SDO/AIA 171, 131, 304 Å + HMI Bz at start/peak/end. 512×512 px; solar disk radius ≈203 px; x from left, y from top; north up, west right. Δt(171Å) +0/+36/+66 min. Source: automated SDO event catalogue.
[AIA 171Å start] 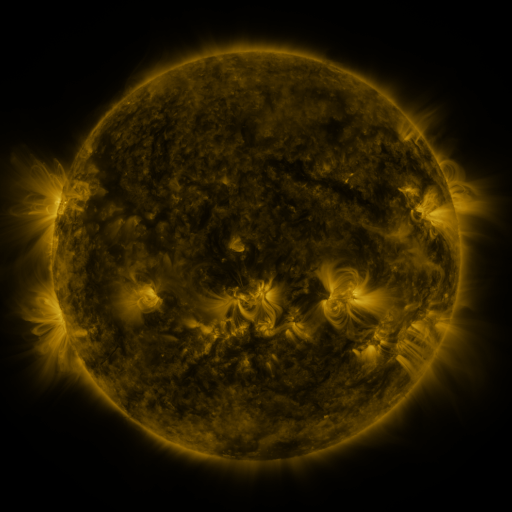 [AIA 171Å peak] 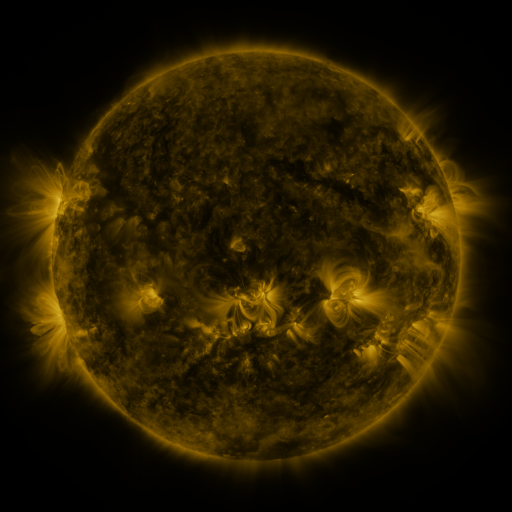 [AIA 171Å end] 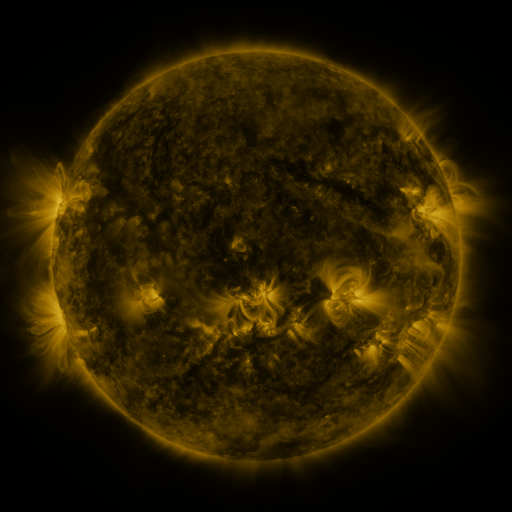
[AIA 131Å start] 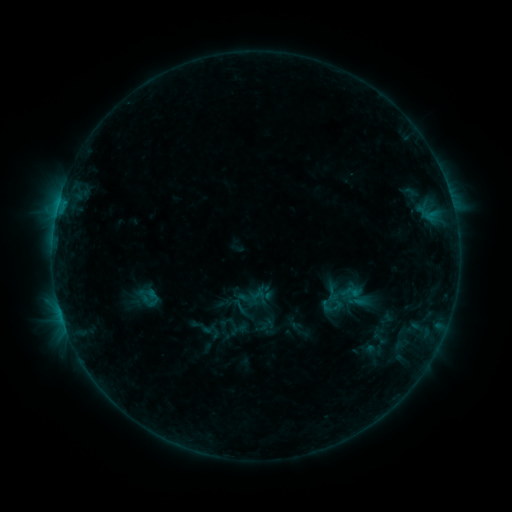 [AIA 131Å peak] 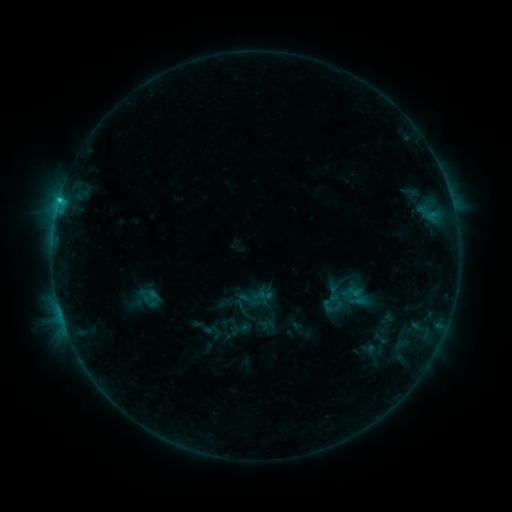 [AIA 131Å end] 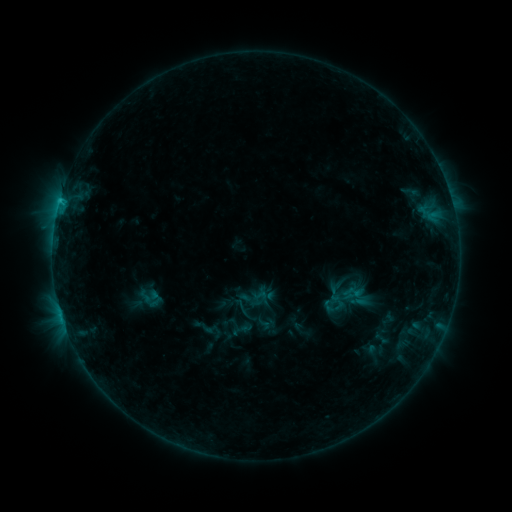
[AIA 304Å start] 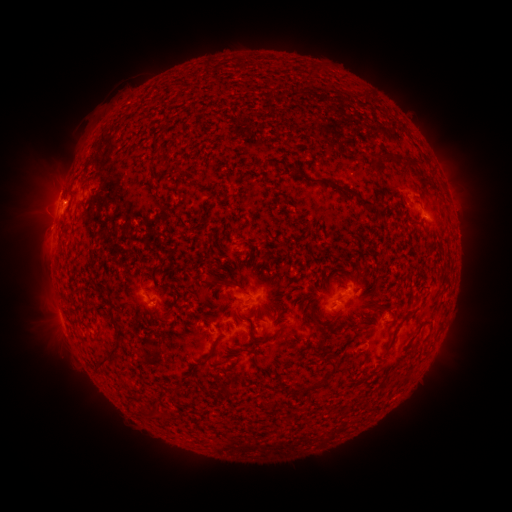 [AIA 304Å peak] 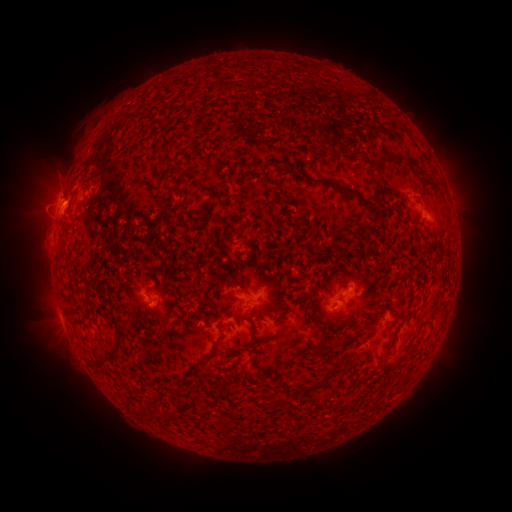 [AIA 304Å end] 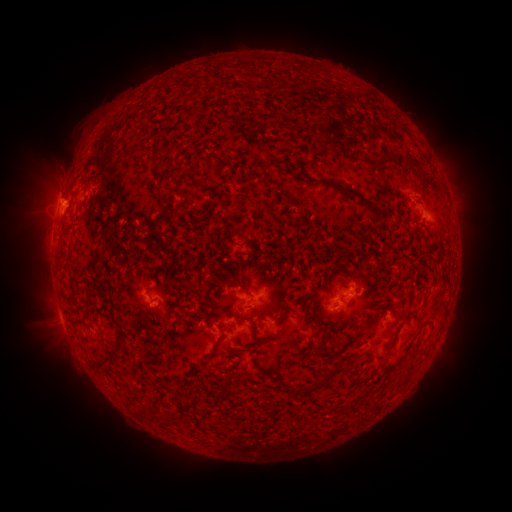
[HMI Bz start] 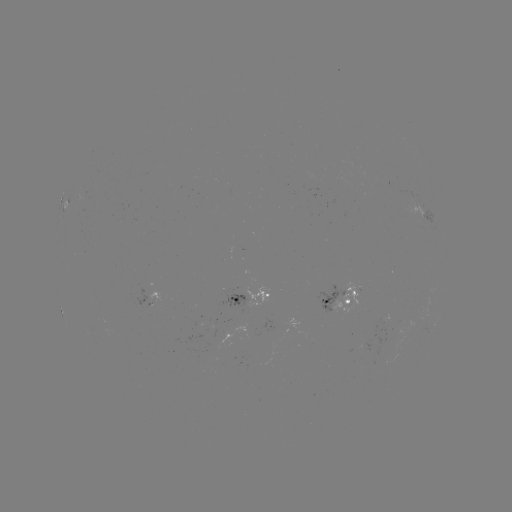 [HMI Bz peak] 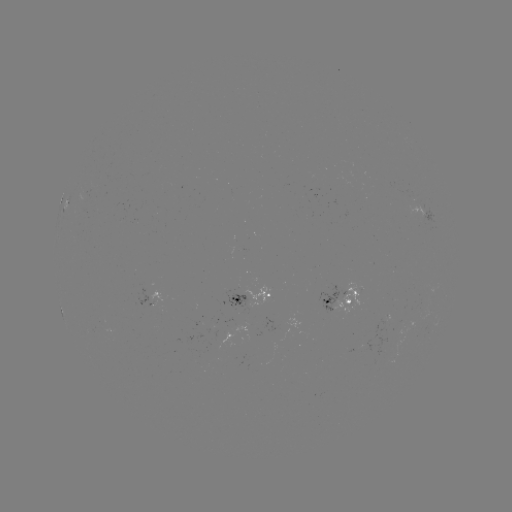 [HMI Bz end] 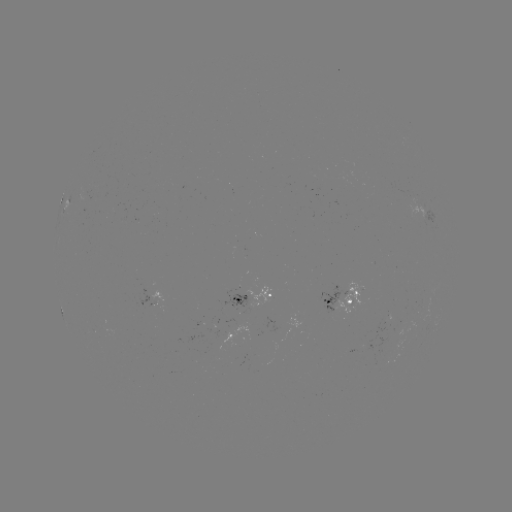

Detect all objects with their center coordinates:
C1.3 flare: (59, 203)
